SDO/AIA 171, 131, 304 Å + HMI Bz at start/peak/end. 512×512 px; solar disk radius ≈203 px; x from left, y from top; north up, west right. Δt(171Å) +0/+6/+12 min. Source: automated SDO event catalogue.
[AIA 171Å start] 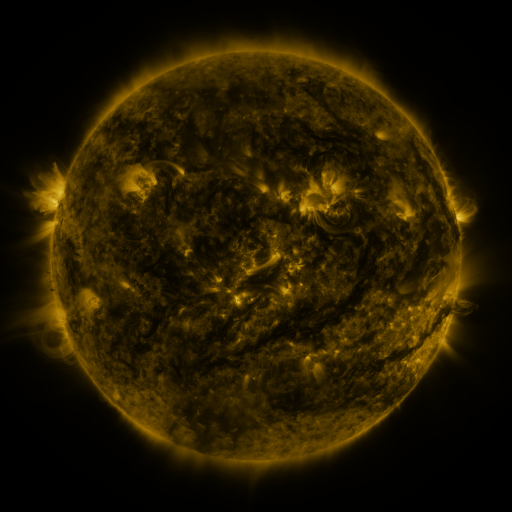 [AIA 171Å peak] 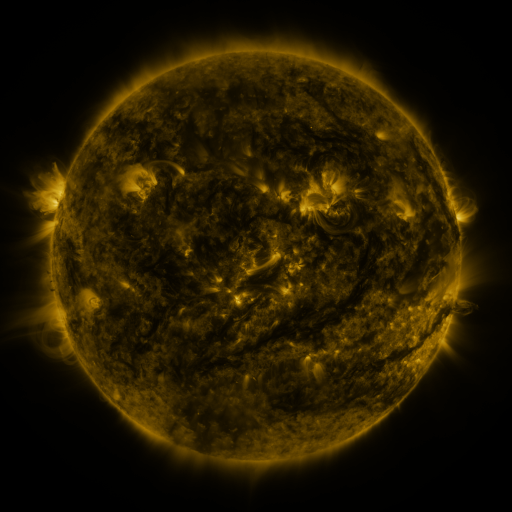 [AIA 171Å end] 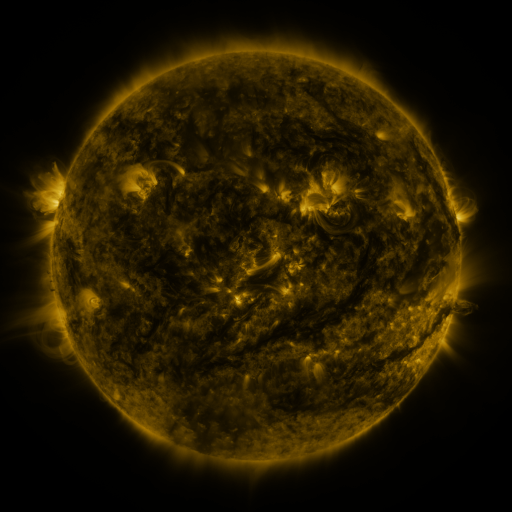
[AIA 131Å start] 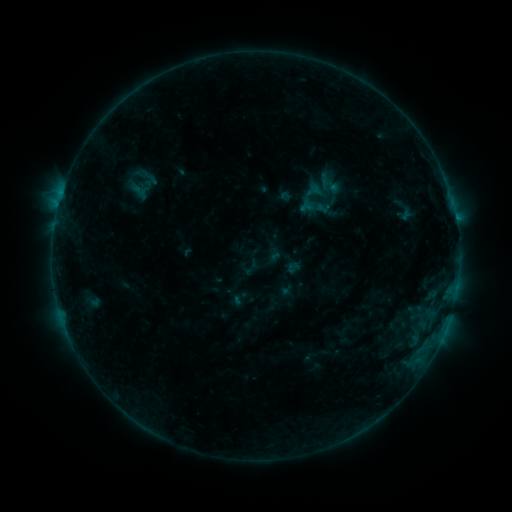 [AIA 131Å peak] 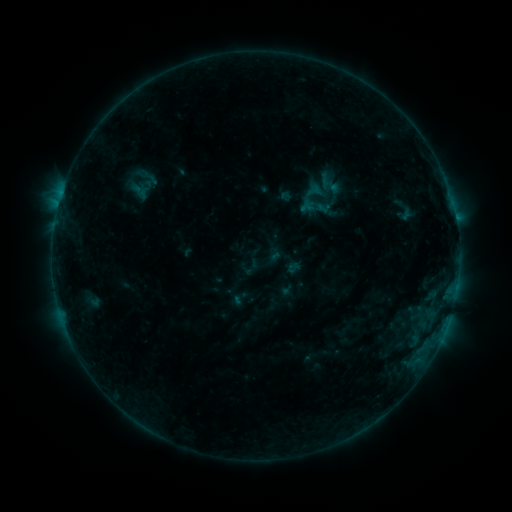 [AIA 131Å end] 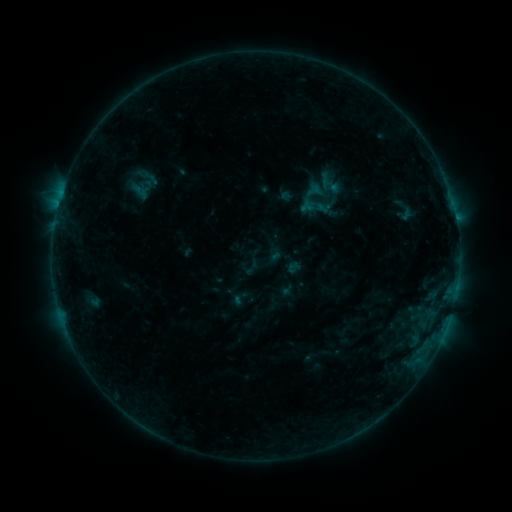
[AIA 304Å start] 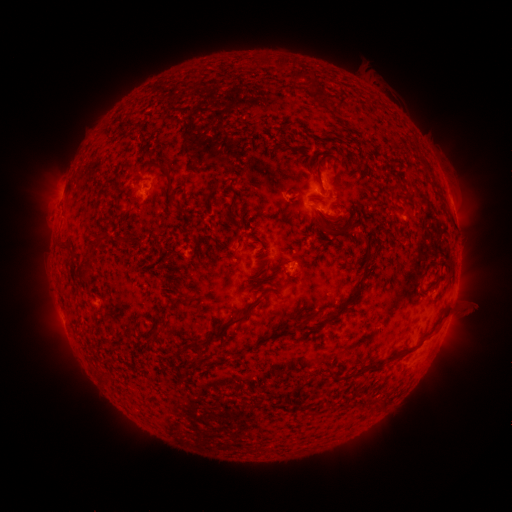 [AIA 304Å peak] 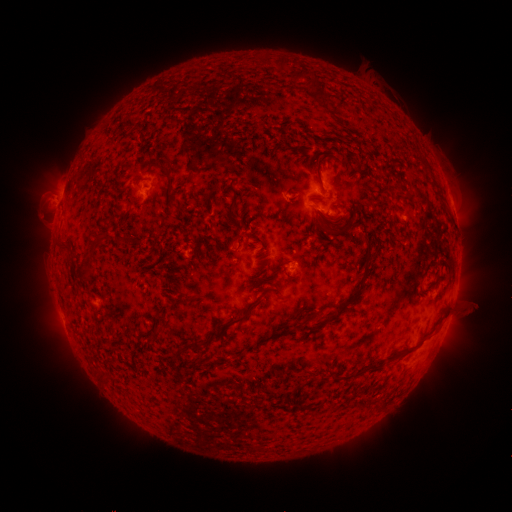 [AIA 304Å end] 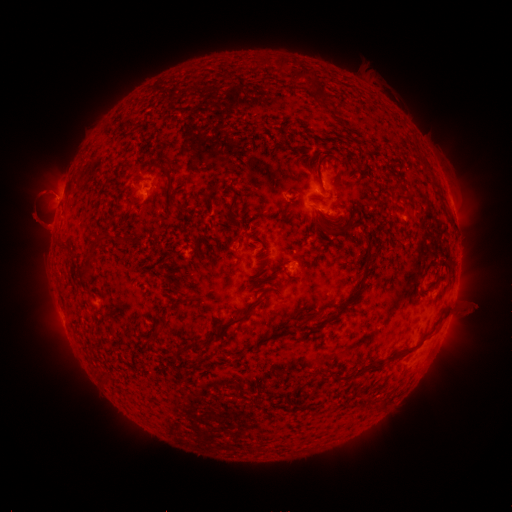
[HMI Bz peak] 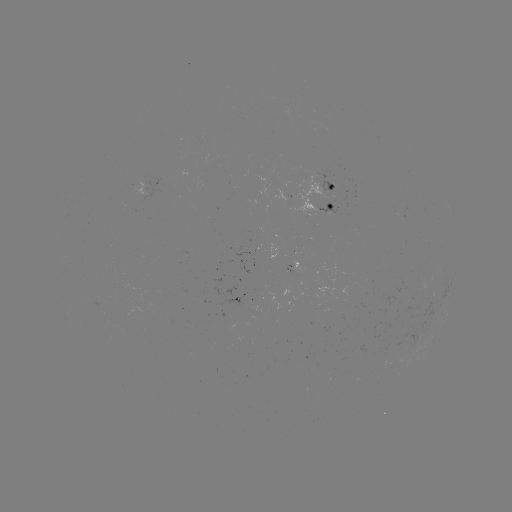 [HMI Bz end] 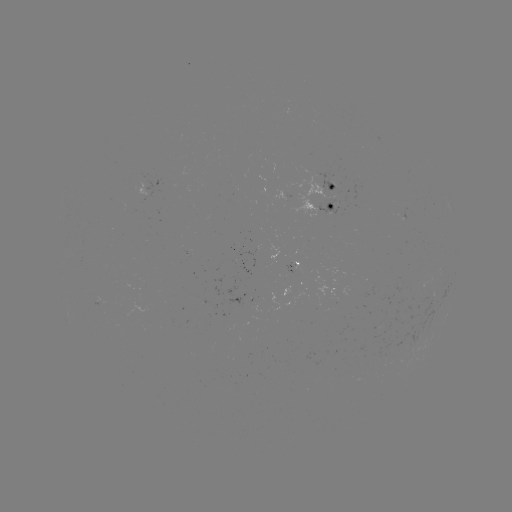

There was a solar eruption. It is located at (52, 192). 